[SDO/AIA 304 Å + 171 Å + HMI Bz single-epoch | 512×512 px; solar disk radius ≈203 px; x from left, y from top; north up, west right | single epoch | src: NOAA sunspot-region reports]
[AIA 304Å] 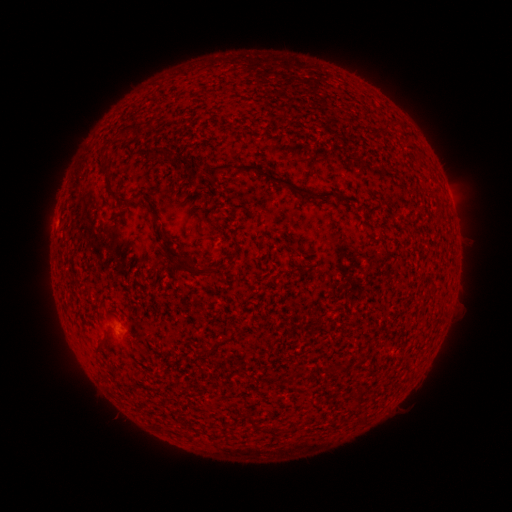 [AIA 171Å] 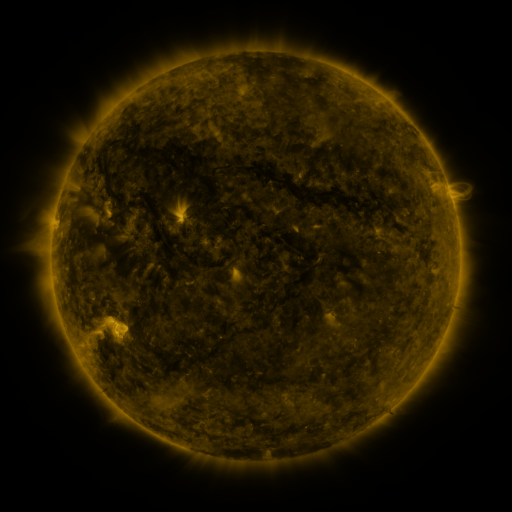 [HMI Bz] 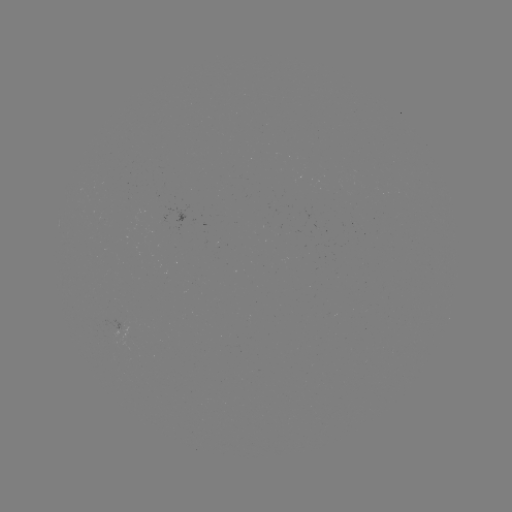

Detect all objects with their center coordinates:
(none)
